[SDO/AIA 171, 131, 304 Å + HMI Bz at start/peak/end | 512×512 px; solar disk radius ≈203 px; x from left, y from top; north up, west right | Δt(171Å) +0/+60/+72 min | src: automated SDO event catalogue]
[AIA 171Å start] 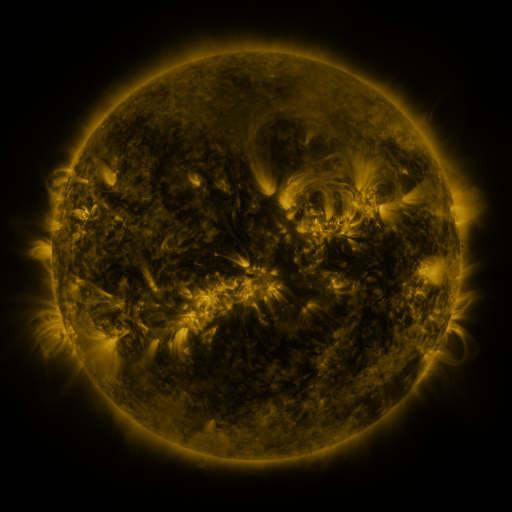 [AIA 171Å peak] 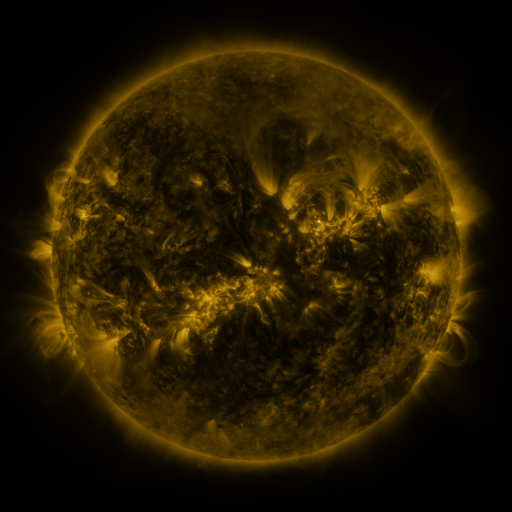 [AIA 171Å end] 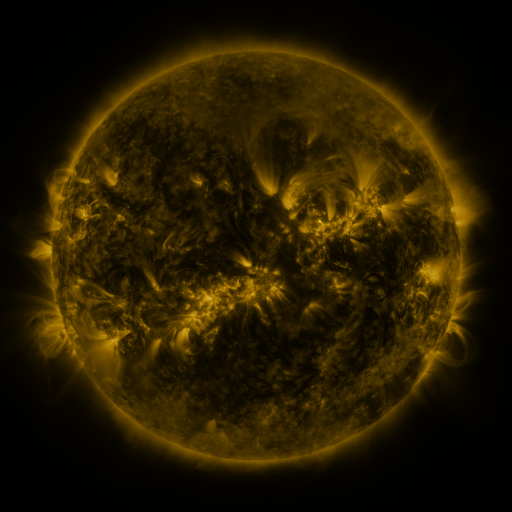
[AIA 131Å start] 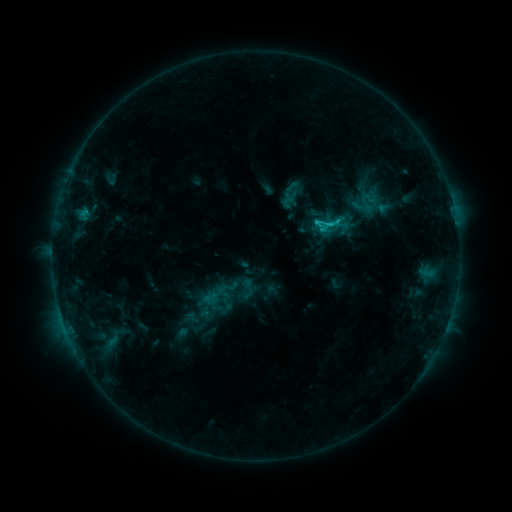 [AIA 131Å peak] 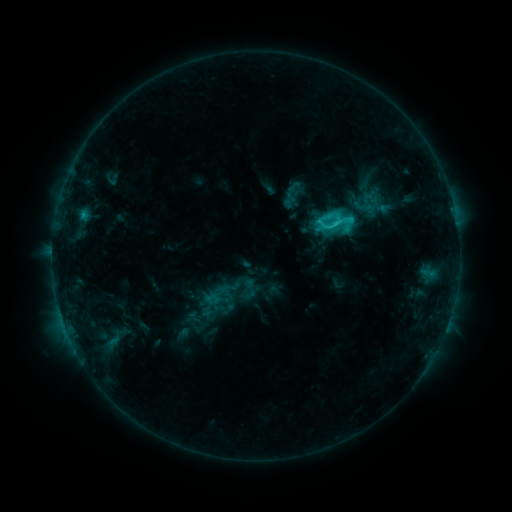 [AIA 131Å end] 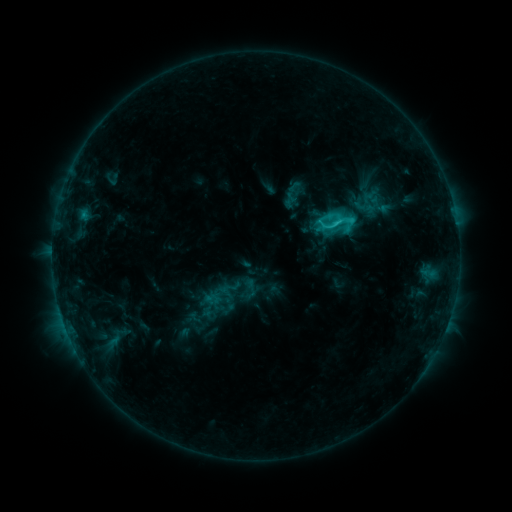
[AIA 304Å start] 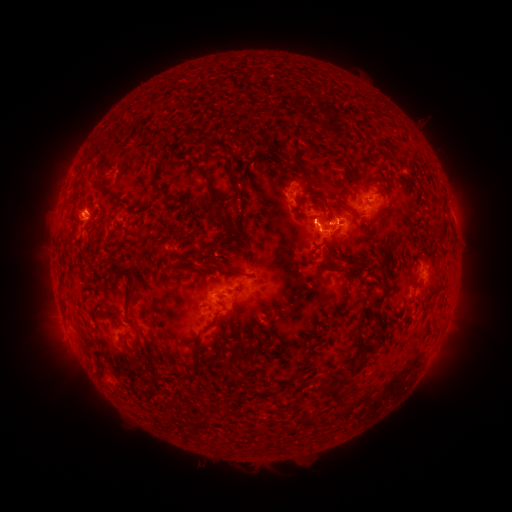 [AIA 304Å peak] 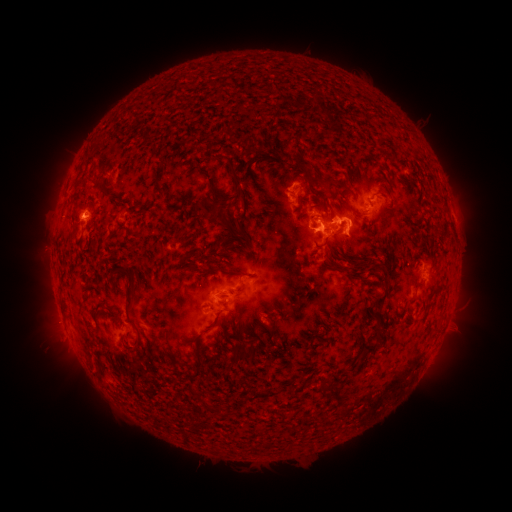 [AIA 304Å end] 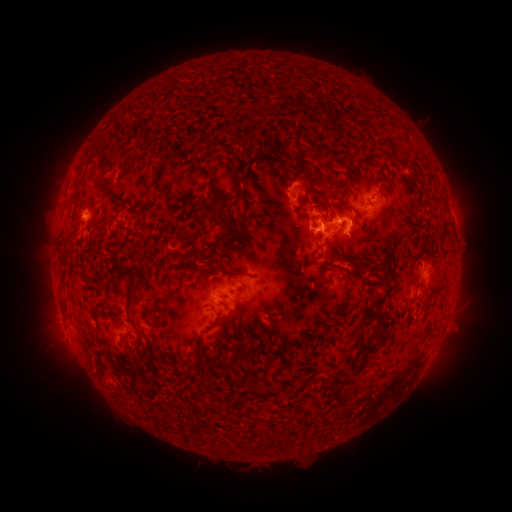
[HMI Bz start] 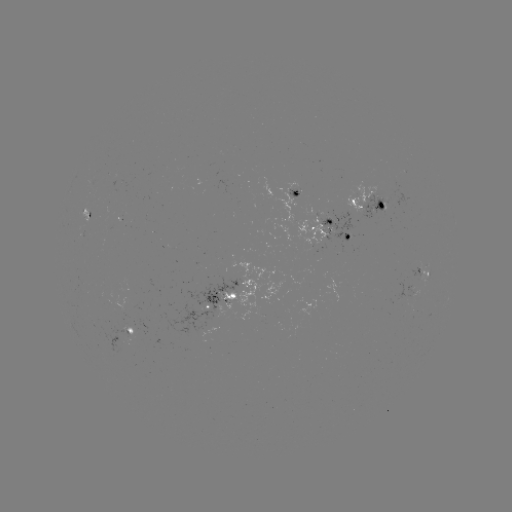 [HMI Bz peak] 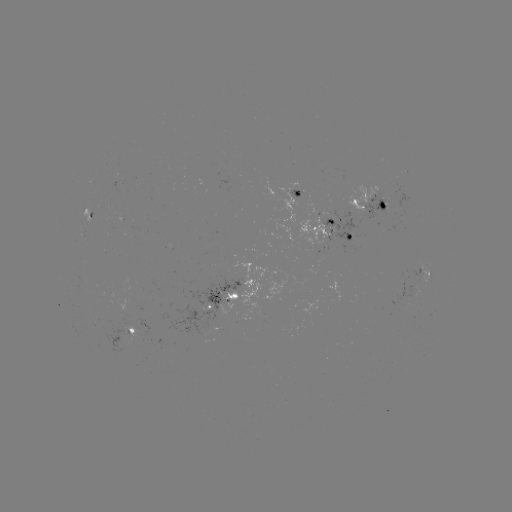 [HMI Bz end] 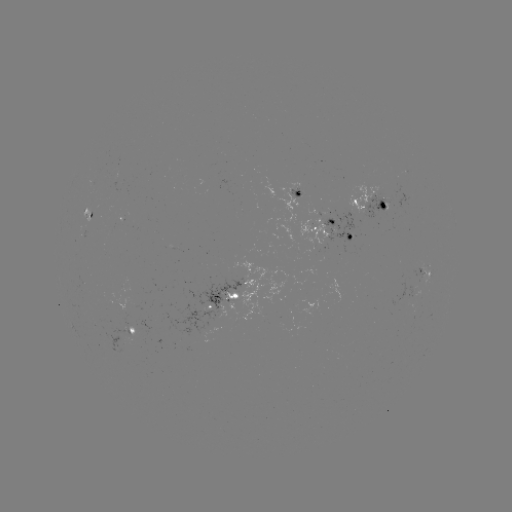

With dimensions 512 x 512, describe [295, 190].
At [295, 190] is emerging-flux region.